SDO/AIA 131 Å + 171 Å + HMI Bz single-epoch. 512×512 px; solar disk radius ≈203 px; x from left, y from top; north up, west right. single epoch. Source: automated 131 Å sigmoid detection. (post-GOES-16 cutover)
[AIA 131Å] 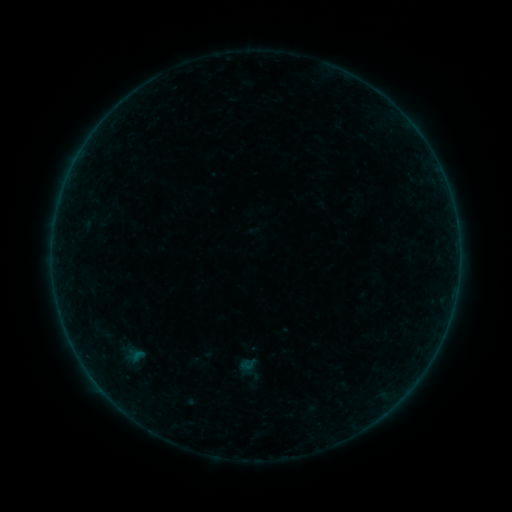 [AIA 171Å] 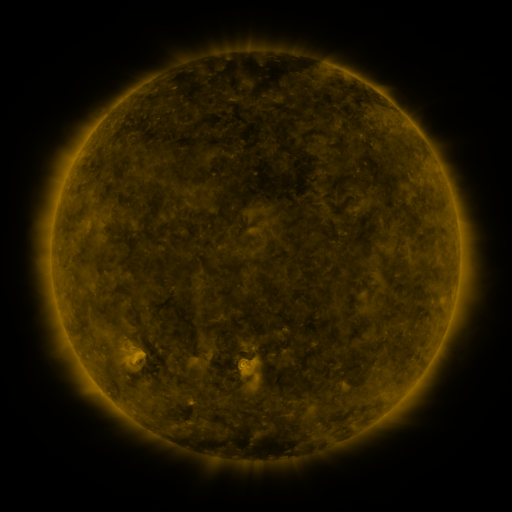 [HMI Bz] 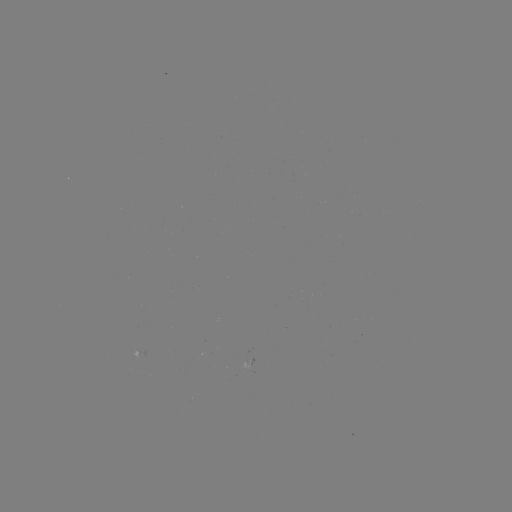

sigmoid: <bbox>238, 355, 257, 373</bbox>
